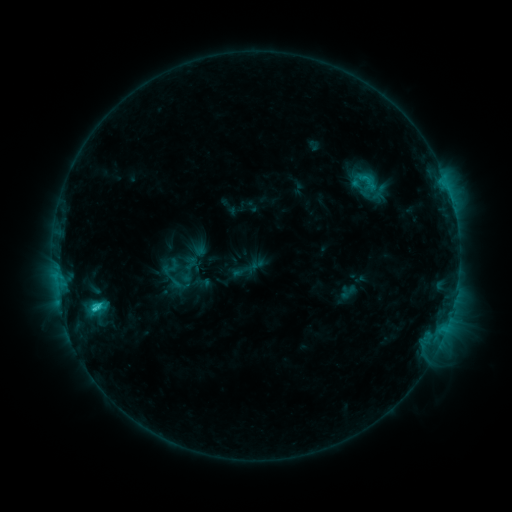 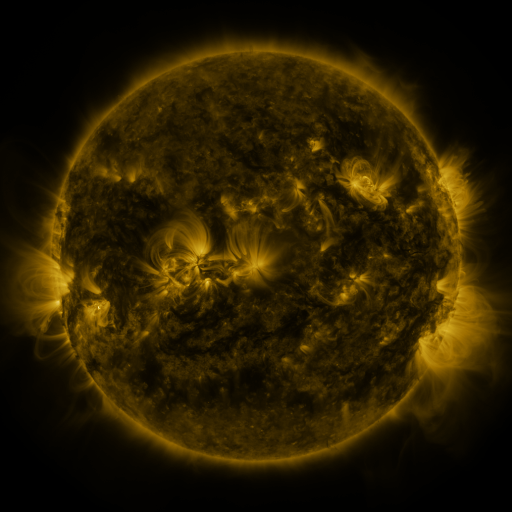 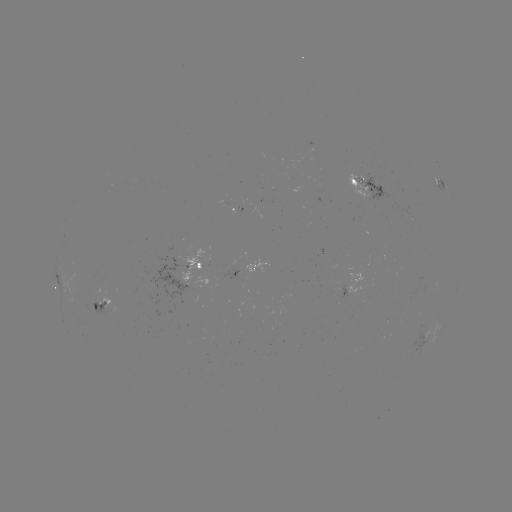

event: sigmoid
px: (190, 263)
